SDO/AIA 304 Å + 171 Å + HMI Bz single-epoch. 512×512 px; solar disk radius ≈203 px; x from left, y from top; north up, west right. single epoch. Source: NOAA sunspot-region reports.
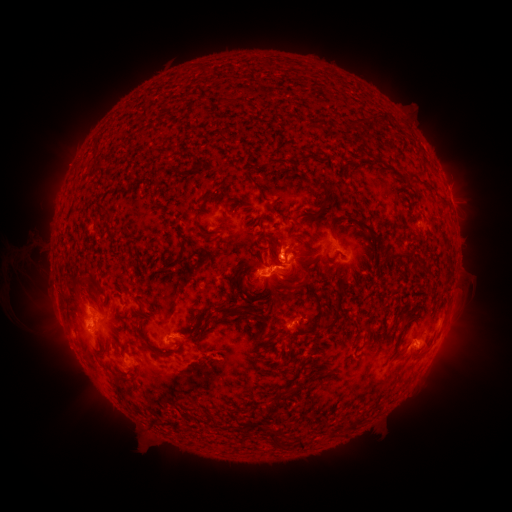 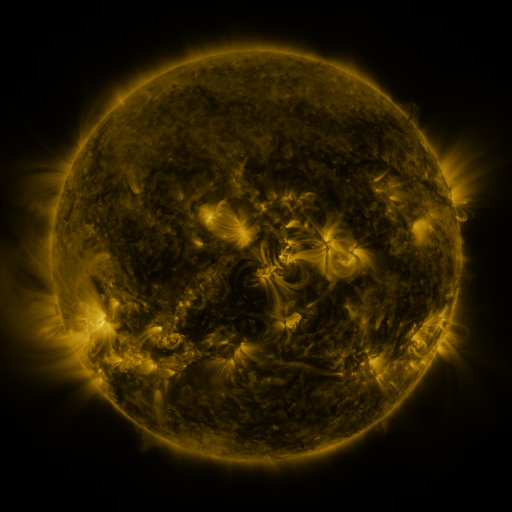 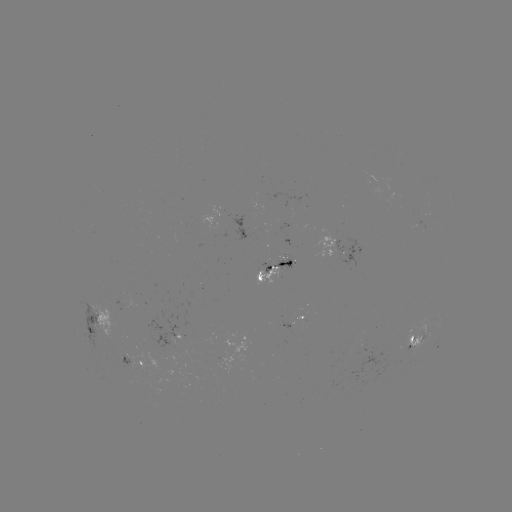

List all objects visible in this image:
spotted active region: (451, 202)
spotted active region: (273, 270)
spotted active region: (92, 318)
spotted active region: (290, 322)
spotted active region: (173, 334)
spotted active region: (414, 344)
spotted active region: (130, 358)
